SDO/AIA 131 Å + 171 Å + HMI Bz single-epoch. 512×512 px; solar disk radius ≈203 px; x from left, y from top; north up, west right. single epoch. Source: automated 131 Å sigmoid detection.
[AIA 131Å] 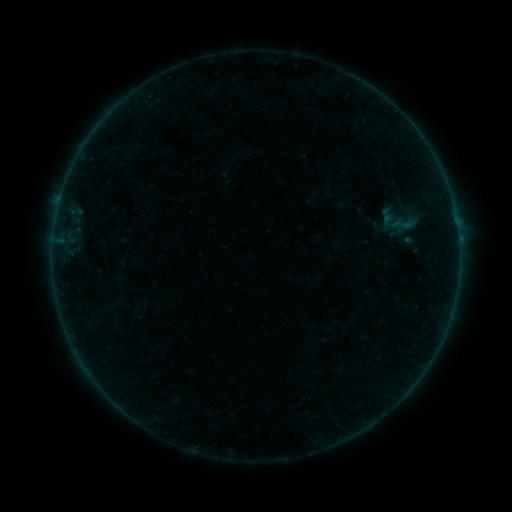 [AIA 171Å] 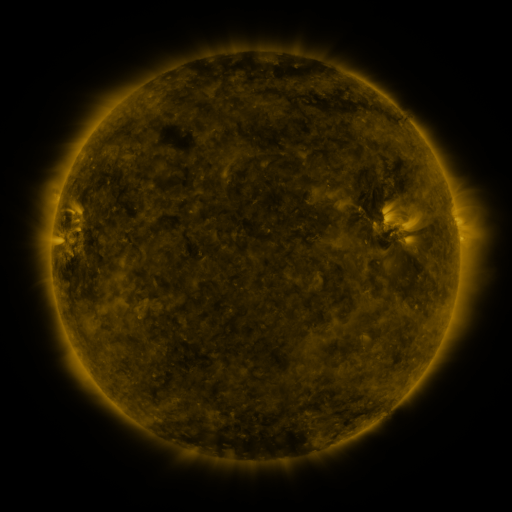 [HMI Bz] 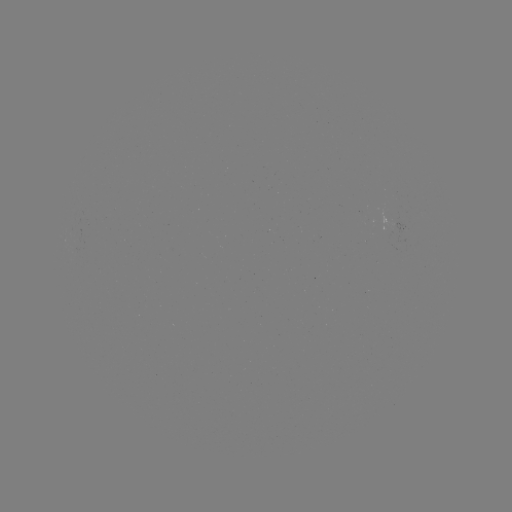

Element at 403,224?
sigmoid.